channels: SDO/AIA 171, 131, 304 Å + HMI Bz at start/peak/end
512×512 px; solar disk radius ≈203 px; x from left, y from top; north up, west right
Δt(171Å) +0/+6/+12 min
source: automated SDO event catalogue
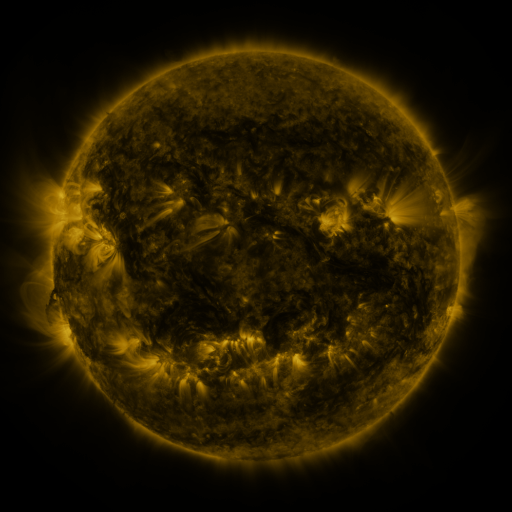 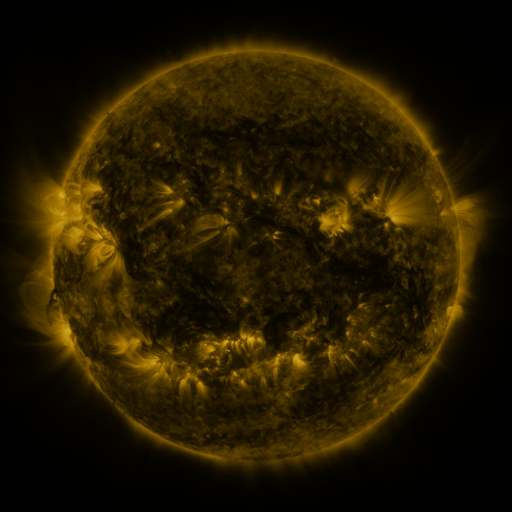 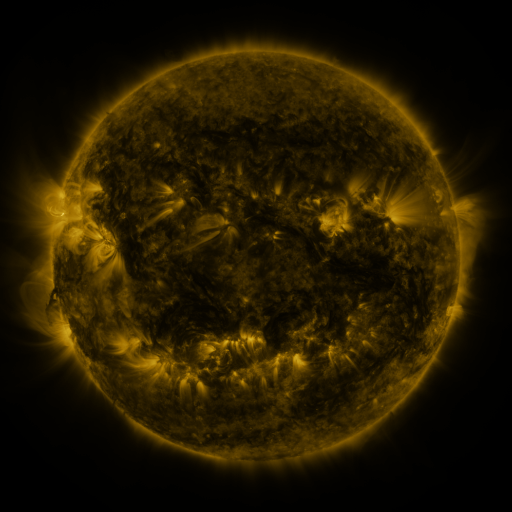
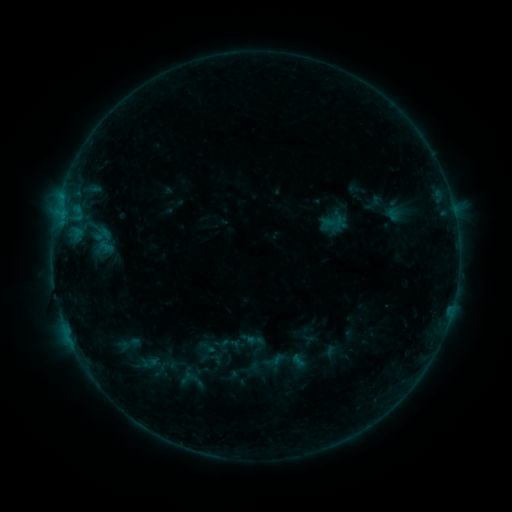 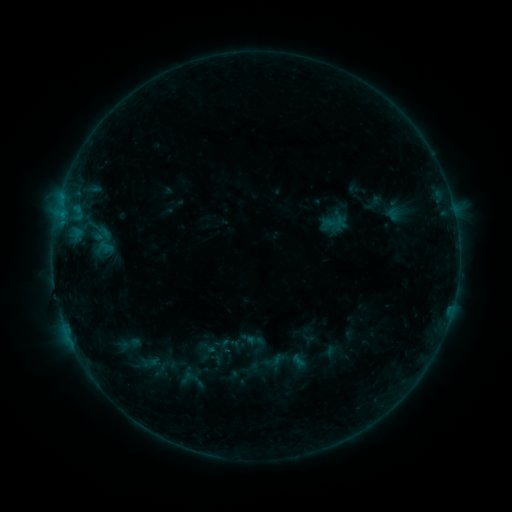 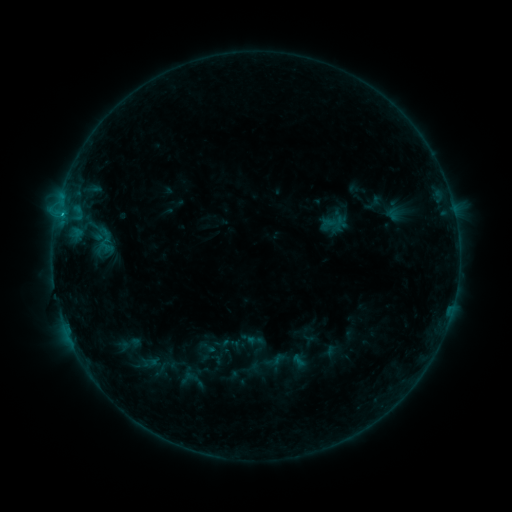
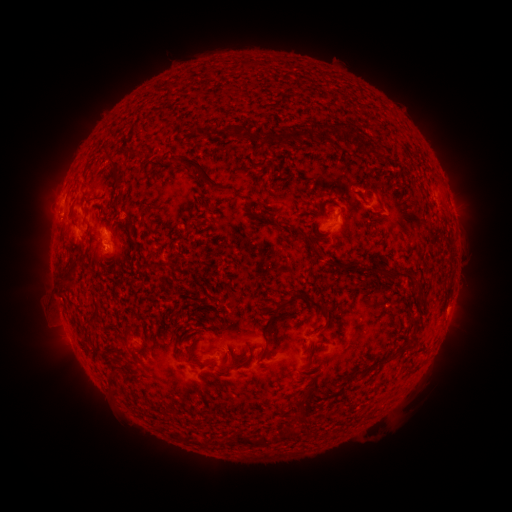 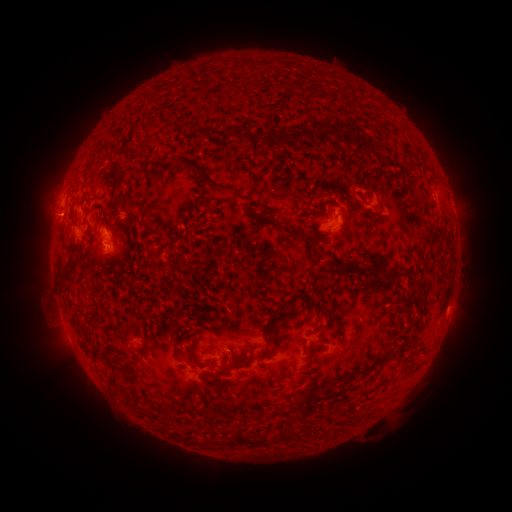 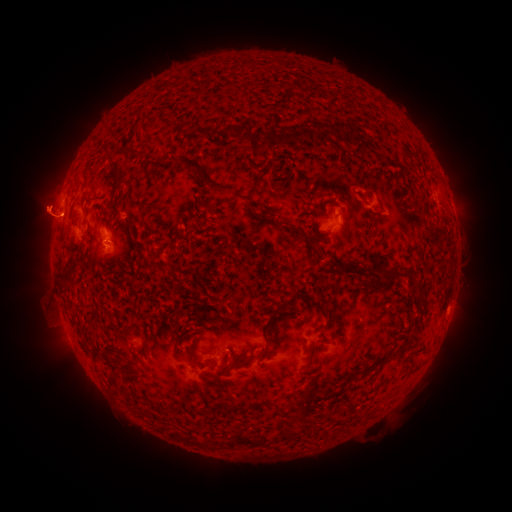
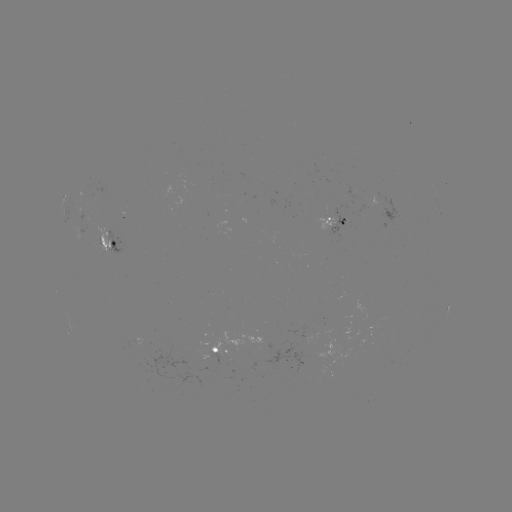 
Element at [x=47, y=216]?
eruption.